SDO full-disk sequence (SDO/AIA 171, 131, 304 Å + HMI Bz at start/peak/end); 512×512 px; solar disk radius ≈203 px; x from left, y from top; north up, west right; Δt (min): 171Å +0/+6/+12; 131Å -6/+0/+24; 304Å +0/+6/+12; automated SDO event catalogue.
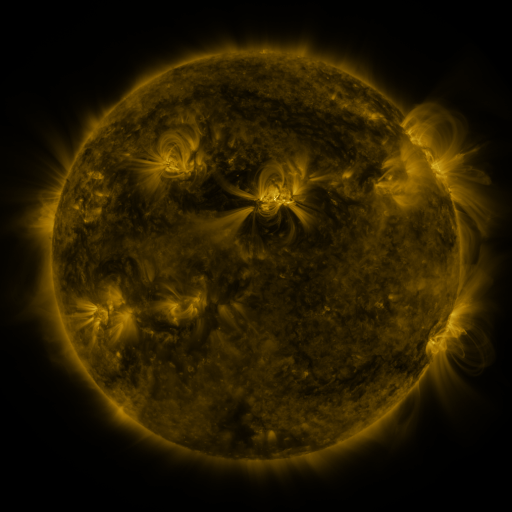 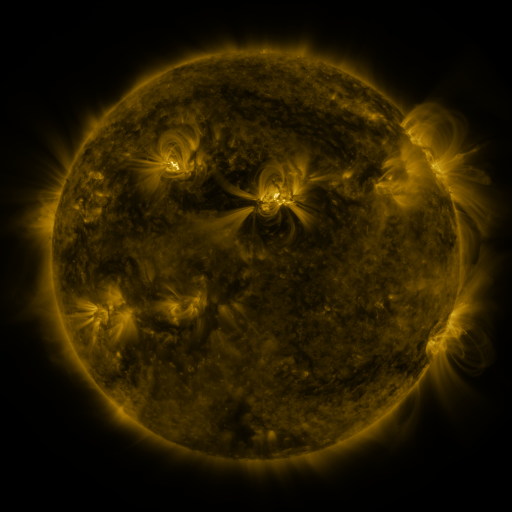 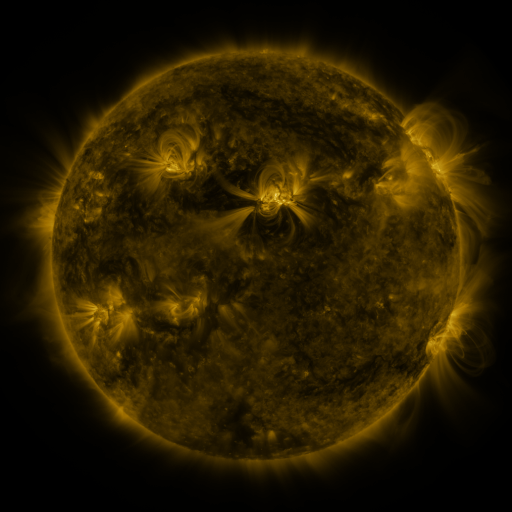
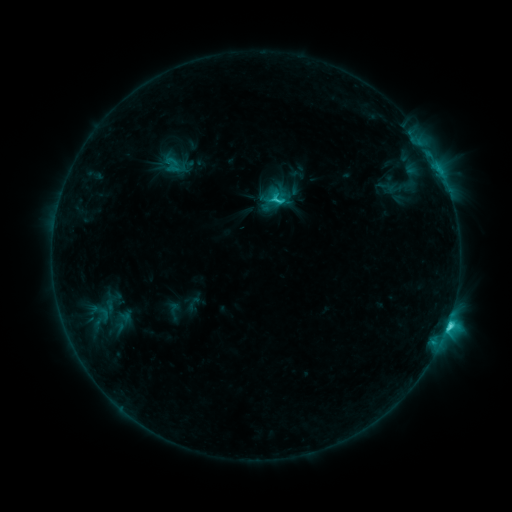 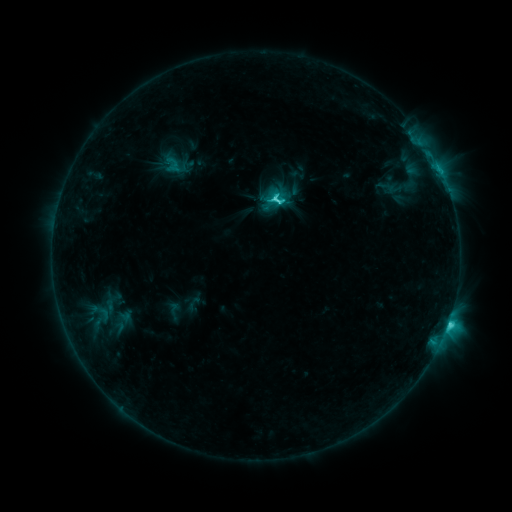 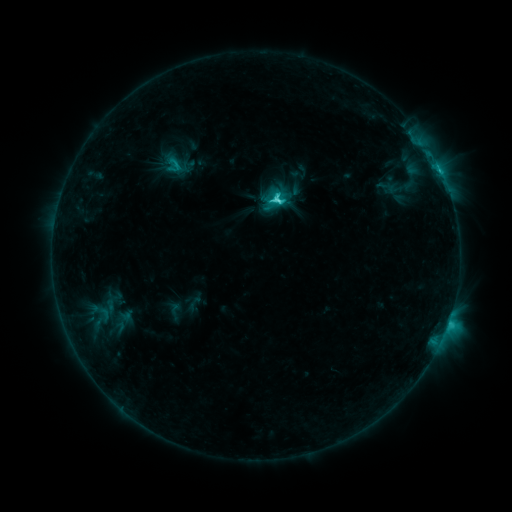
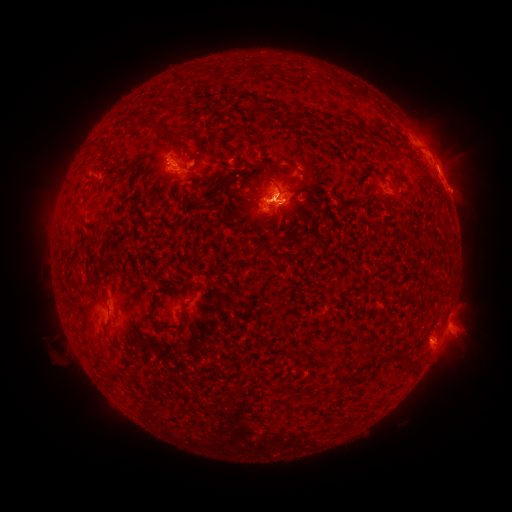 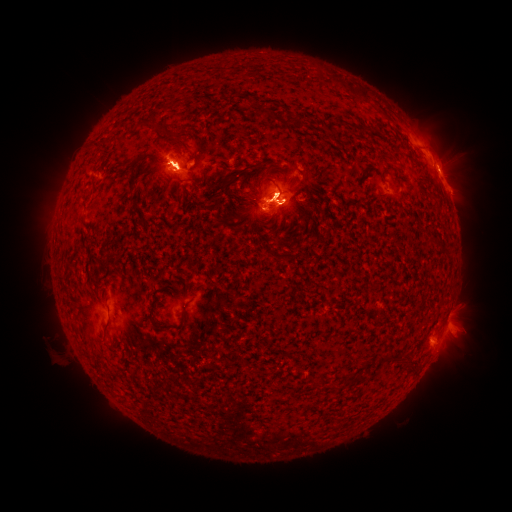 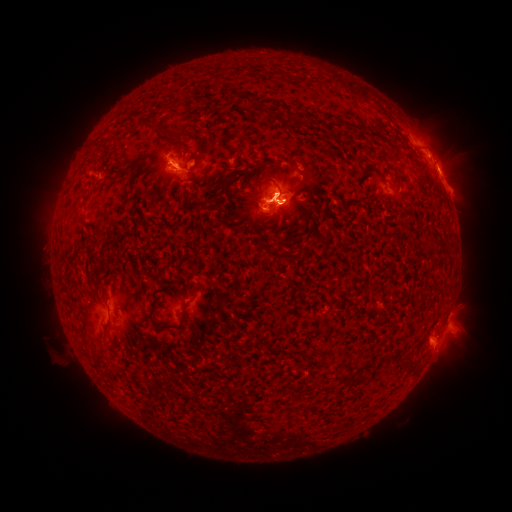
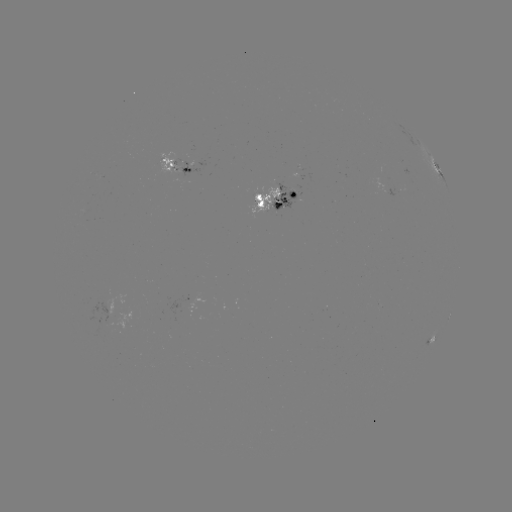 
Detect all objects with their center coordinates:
eruption: (91, 152)
